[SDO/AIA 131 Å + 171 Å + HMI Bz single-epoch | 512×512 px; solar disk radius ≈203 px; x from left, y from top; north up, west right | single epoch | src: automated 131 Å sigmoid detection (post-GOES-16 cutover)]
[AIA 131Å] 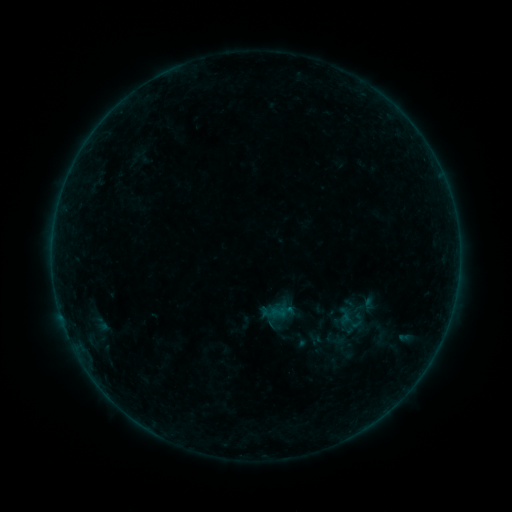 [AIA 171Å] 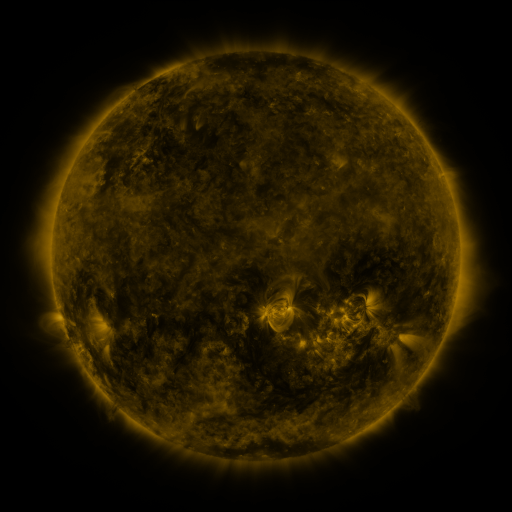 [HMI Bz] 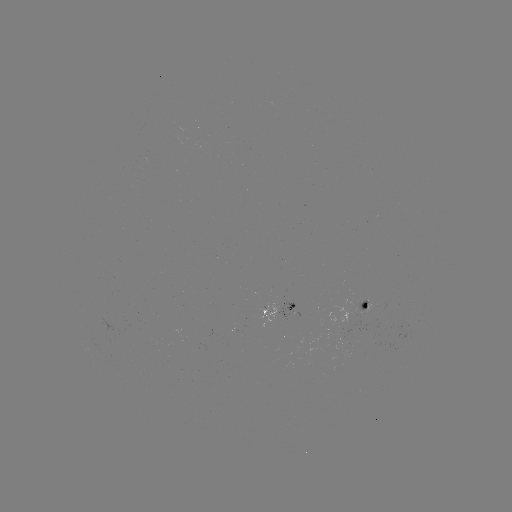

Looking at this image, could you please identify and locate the sigmoid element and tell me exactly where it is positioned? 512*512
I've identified sigmoid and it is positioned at (334, 340).